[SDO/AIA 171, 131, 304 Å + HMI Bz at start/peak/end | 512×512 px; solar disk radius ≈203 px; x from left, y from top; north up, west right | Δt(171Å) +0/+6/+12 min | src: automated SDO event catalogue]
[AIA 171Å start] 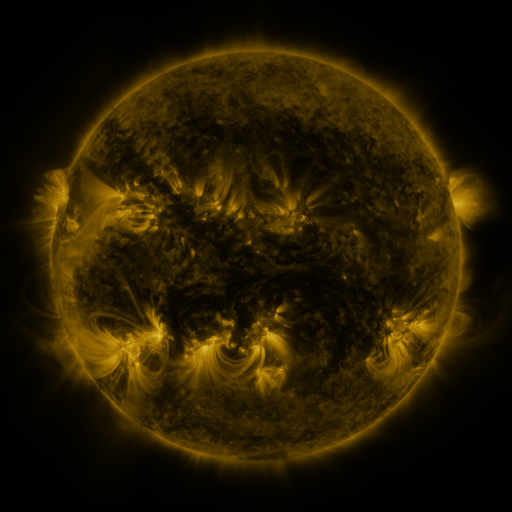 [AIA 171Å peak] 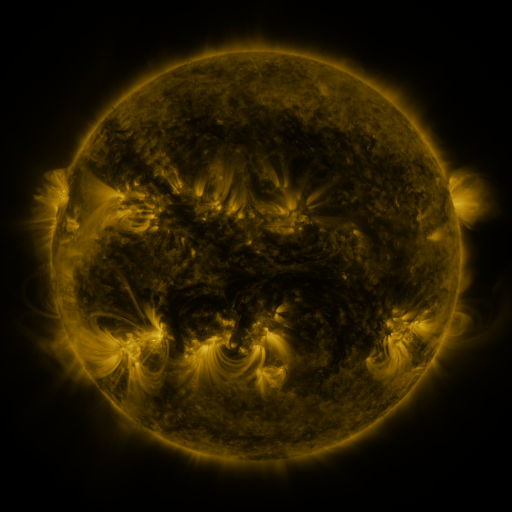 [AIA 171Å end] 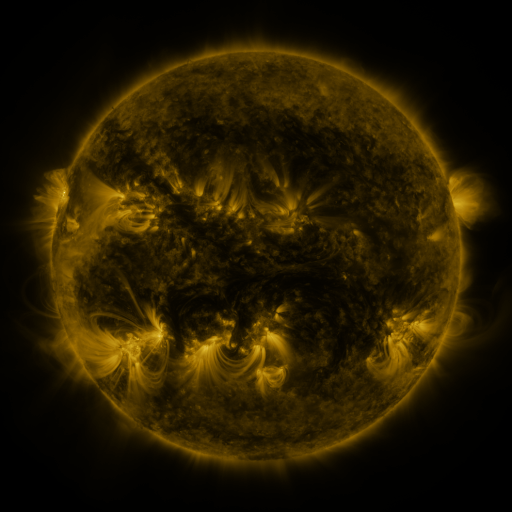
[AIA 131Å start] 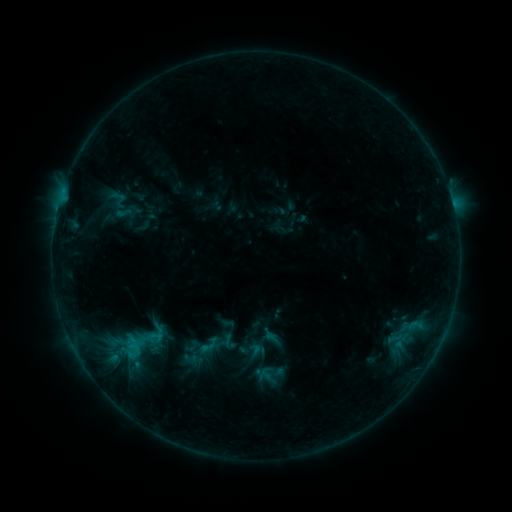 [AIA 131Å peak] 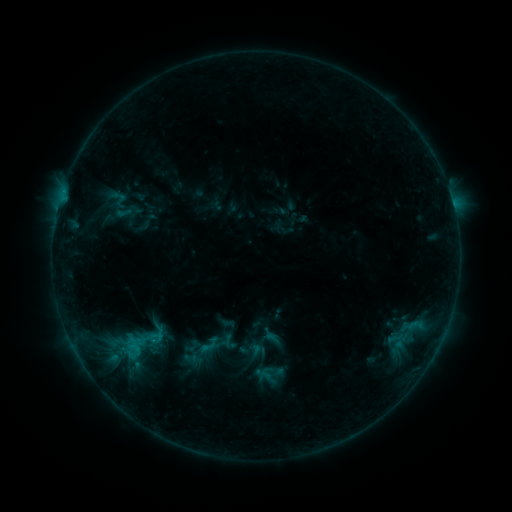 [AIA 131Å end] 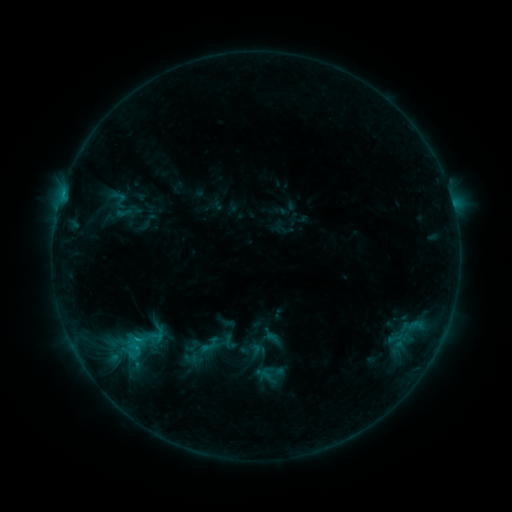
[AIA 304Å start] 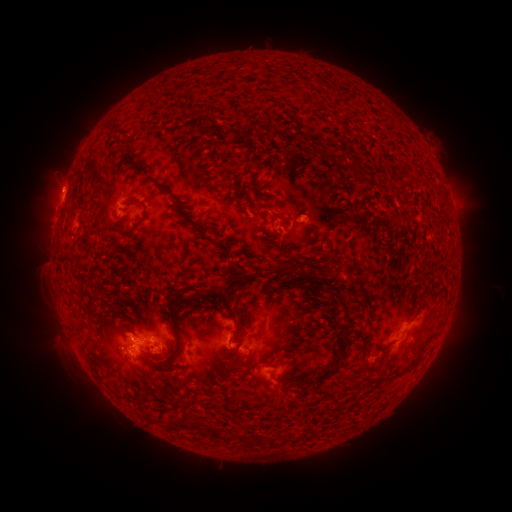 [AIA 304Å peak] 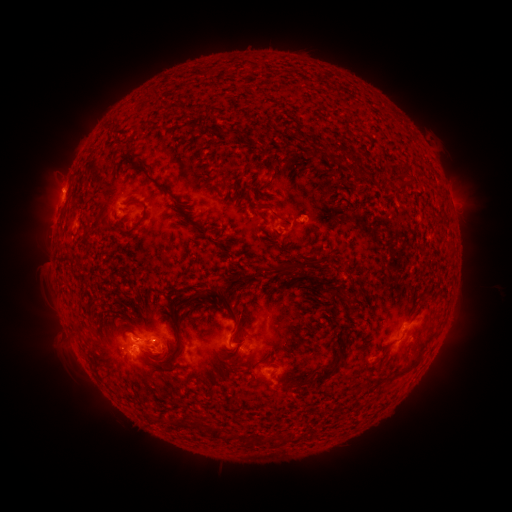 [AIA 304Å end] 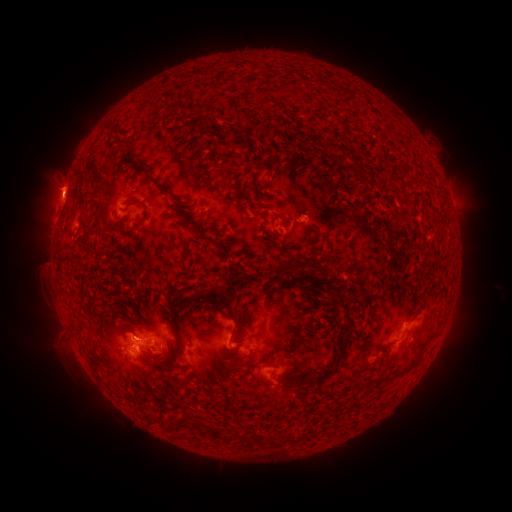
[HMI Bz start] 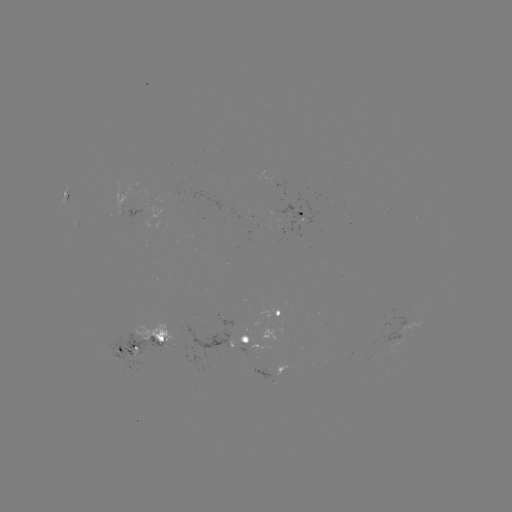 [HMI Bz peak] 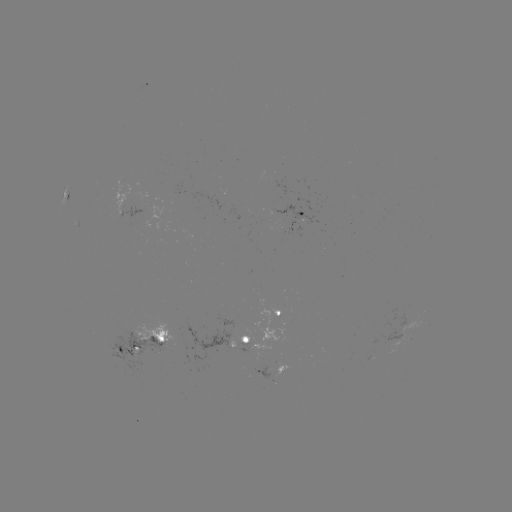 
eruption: [28, 157, 82, 221]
